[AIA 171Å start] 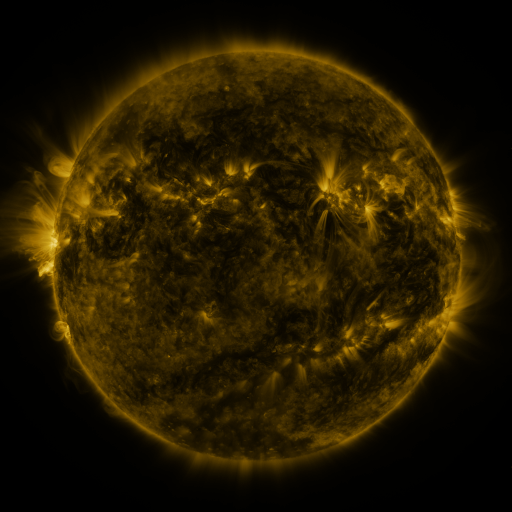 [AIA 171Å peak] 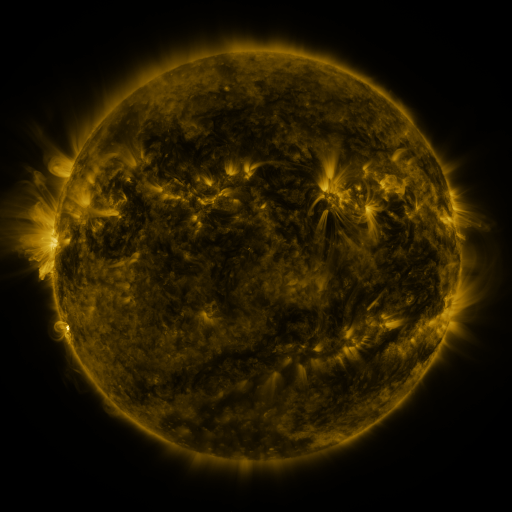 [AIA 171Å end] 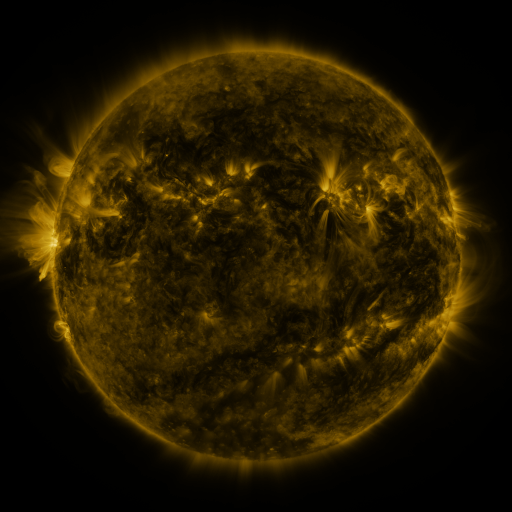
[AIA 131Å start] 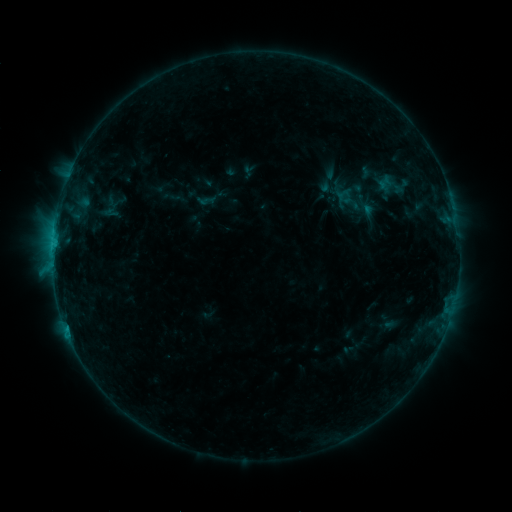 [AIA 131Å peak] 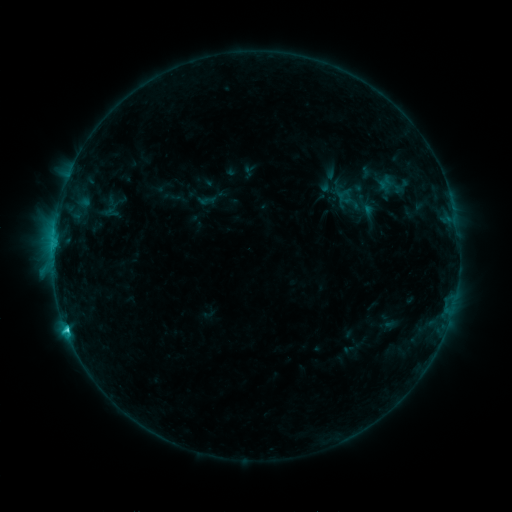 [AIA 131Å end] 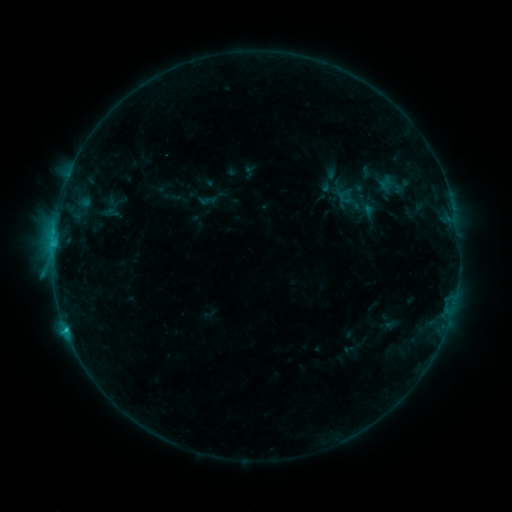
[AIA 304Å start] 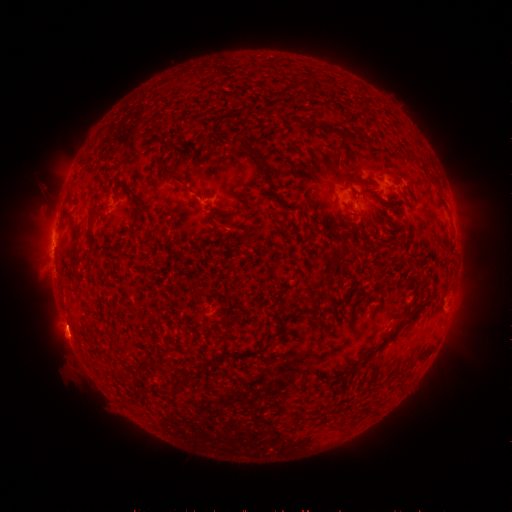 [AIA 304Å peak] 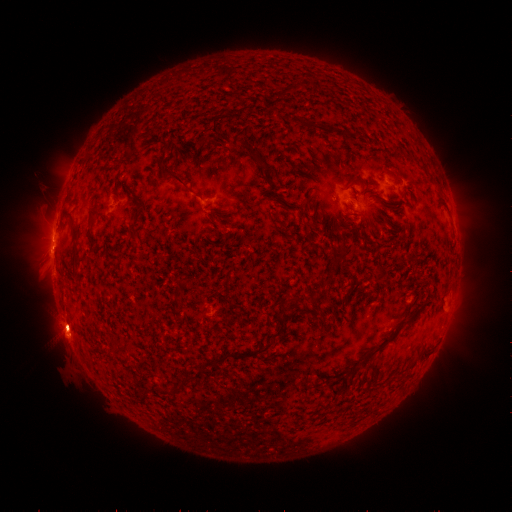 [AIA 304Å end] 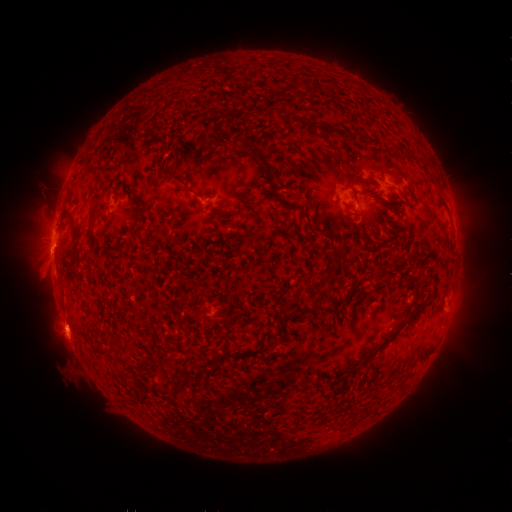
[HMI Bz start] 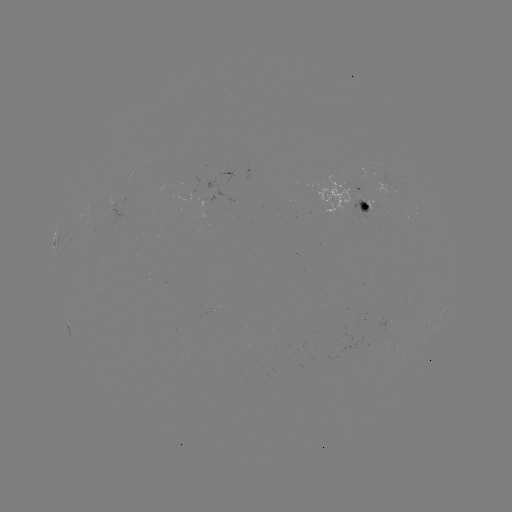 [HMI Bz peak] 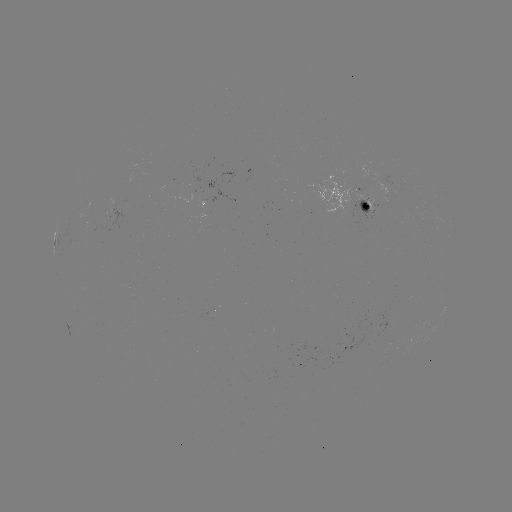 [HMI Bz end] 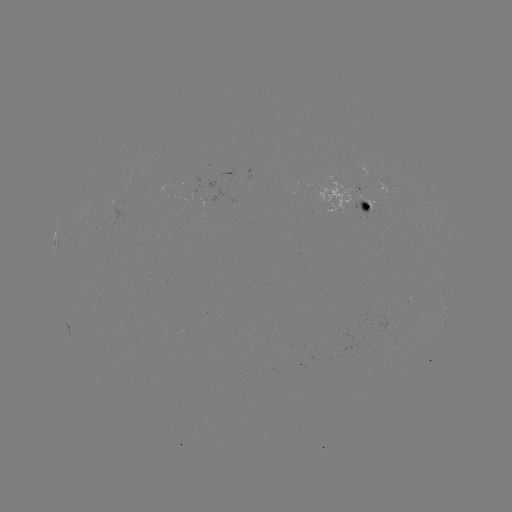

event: flare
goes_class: C2.1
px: (67, 328)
